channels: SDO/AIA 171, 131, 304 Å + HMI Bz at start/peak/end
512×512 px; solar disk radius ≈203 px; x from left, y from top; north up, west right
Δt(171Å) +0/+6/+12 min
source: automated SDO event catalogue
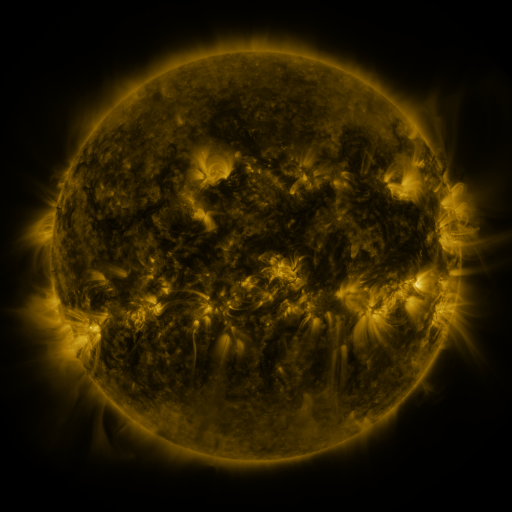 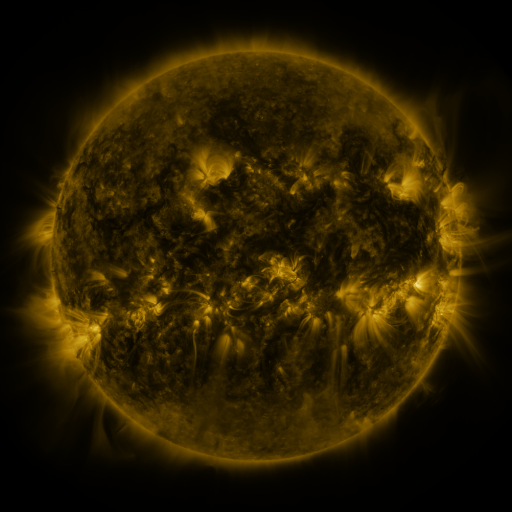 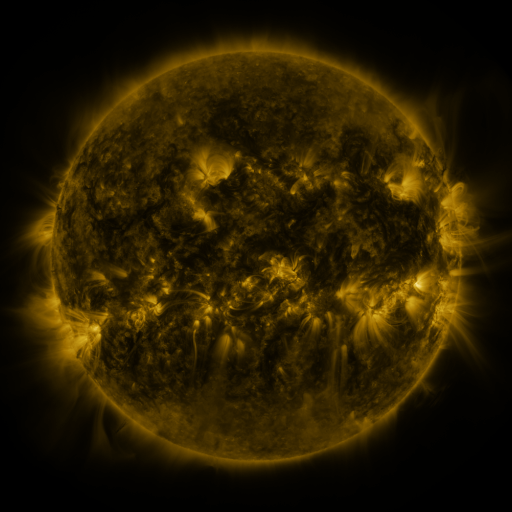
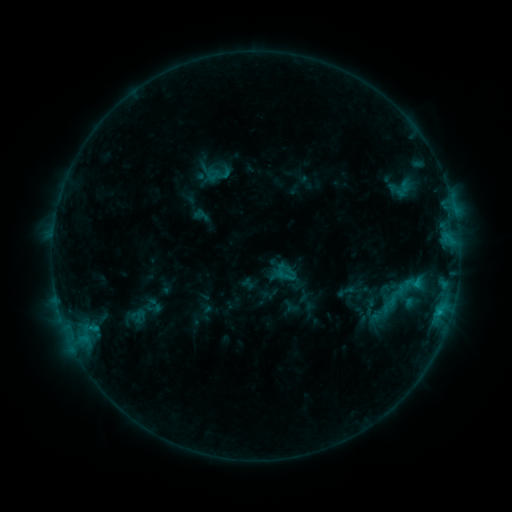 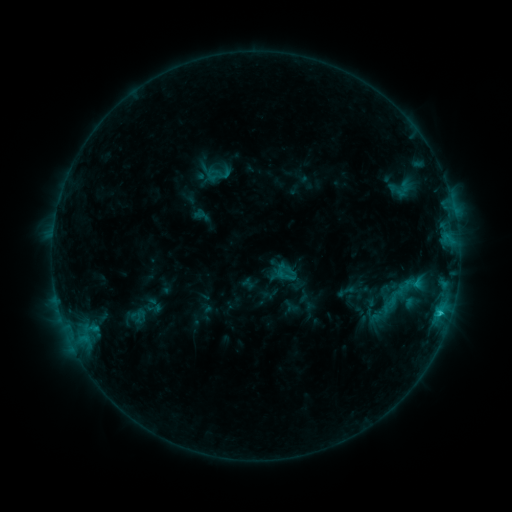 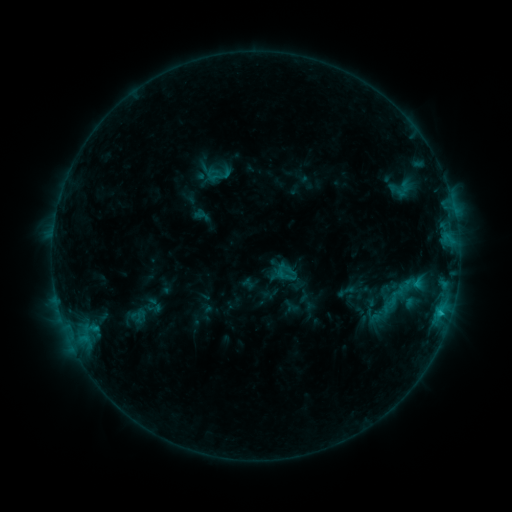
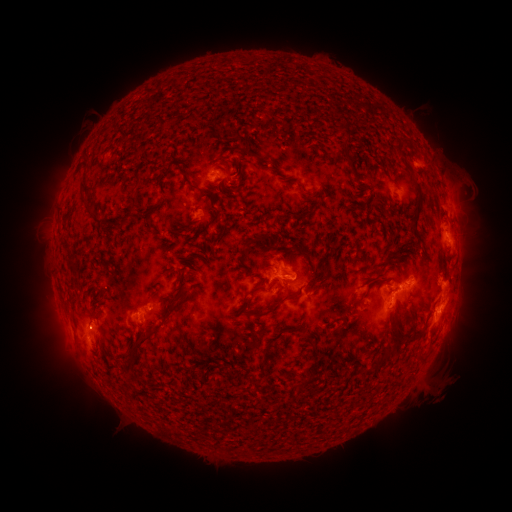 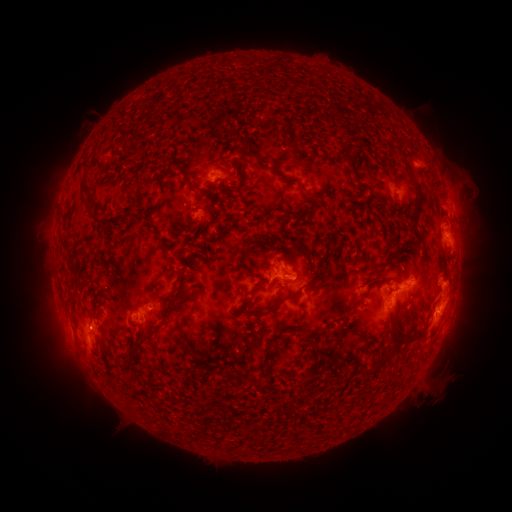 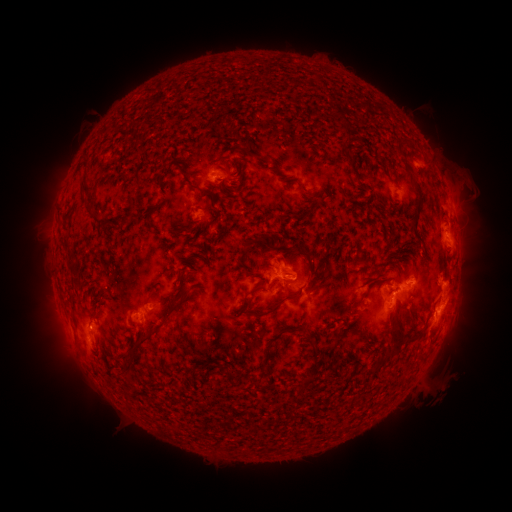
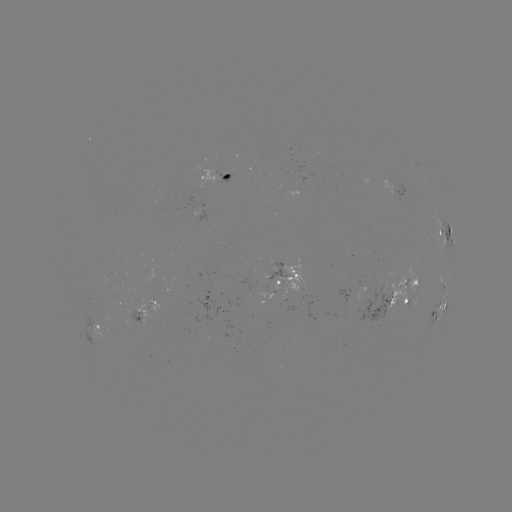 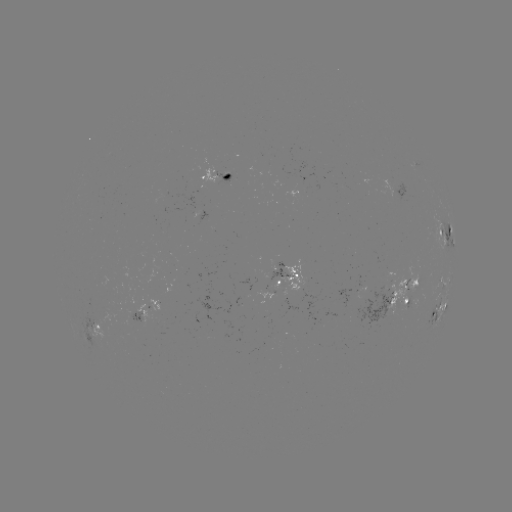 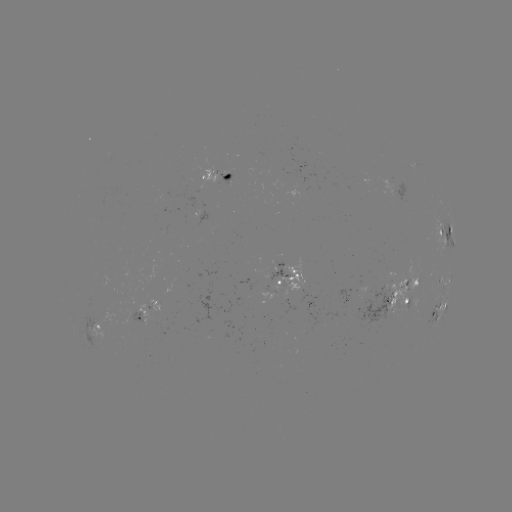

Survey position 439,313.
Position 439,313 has C1.2 flare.